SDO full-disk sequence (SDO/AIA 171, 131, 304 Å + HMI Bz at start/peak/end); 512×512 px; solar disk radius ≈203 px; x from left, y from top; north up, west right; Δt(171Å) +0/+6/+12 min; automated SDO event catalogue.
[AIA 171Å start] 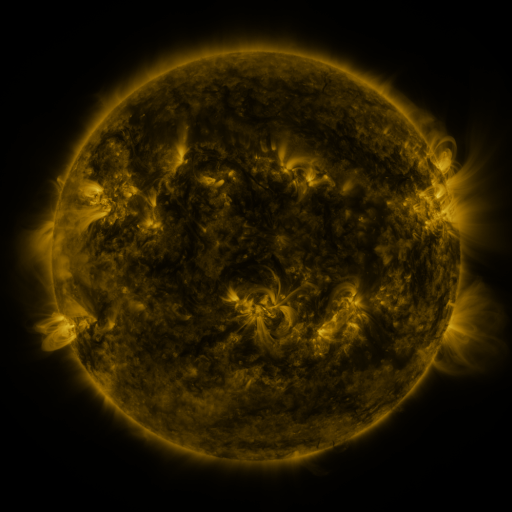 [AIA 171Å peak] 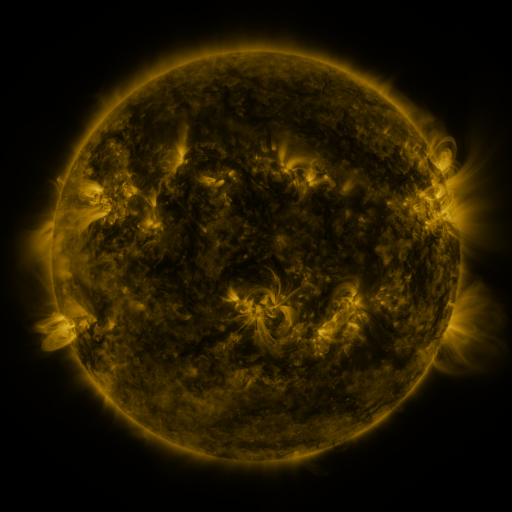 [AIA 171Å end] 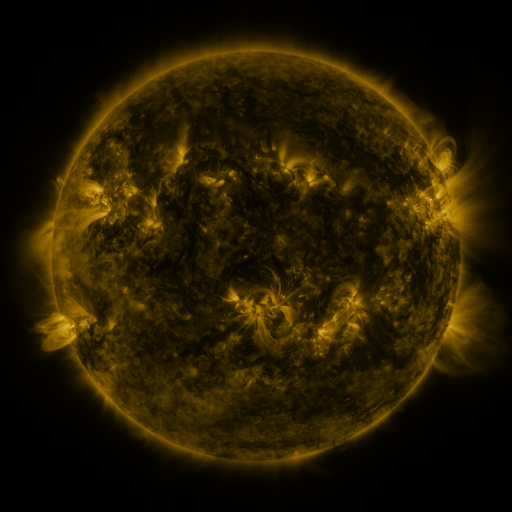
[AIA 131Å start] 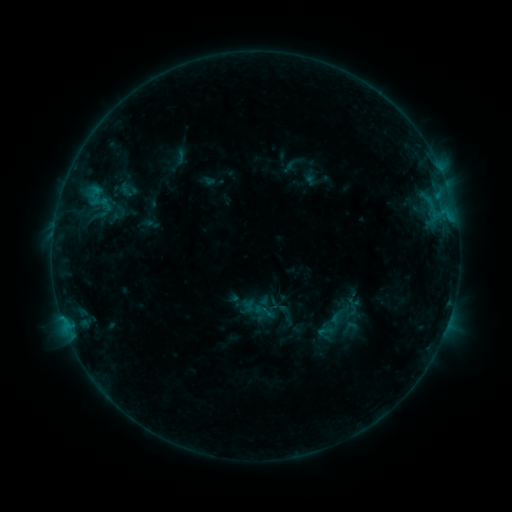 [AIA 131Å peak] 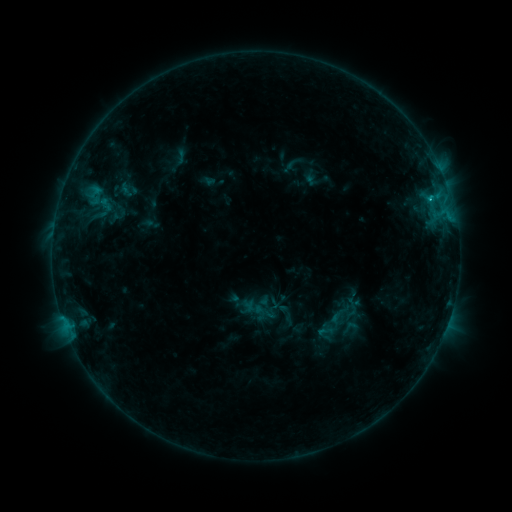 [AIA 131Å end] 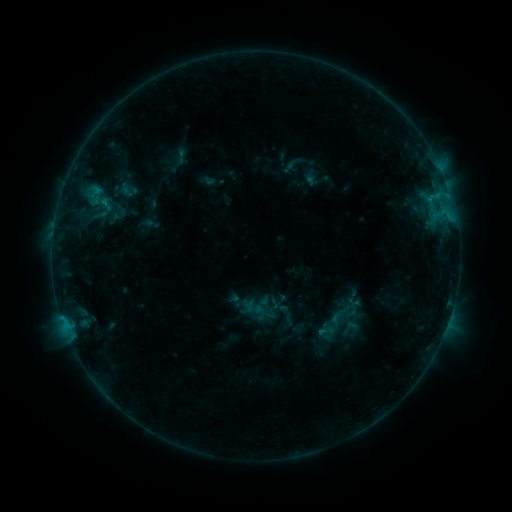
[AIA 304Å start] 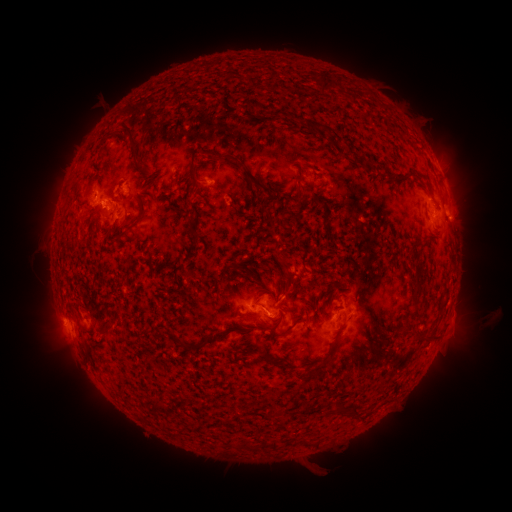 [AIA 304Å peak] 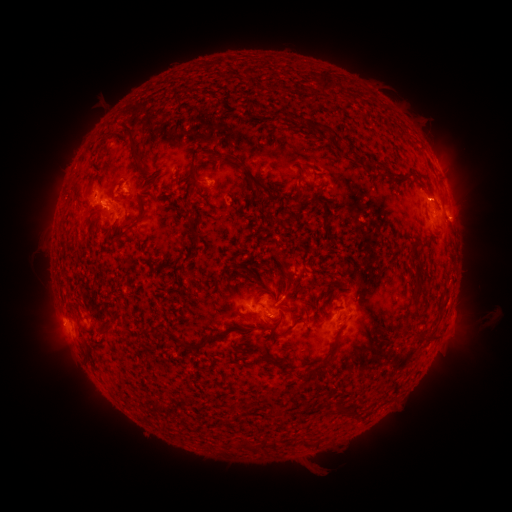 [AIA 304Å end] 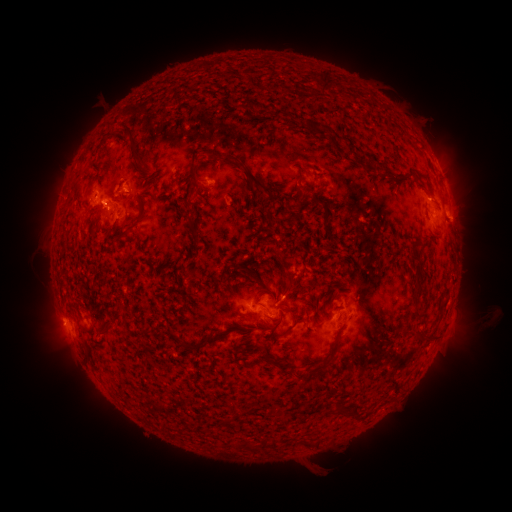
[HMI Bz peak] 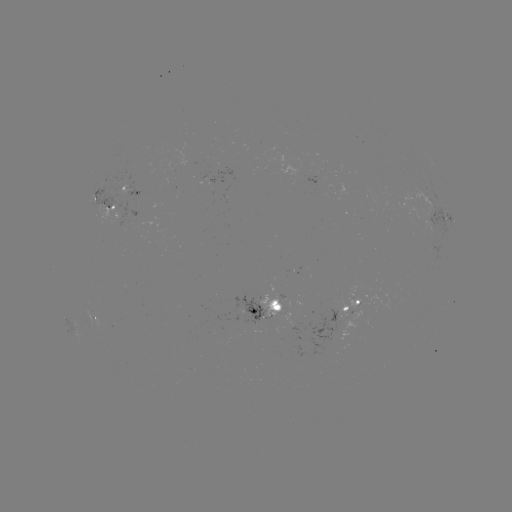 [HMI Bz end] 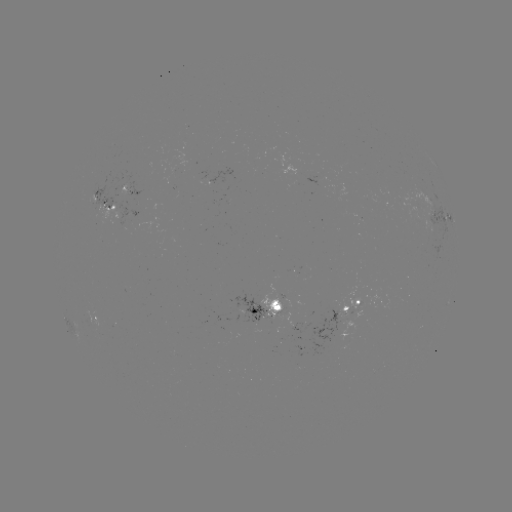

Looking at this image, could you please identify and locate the B8.4 flare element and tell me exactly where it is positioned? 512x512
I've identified B8.4 flare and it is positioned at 430,200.